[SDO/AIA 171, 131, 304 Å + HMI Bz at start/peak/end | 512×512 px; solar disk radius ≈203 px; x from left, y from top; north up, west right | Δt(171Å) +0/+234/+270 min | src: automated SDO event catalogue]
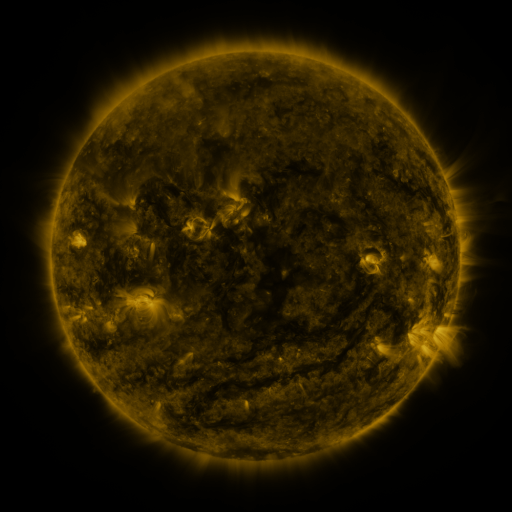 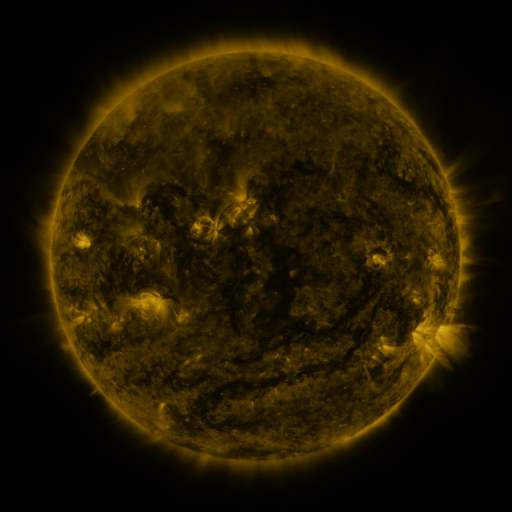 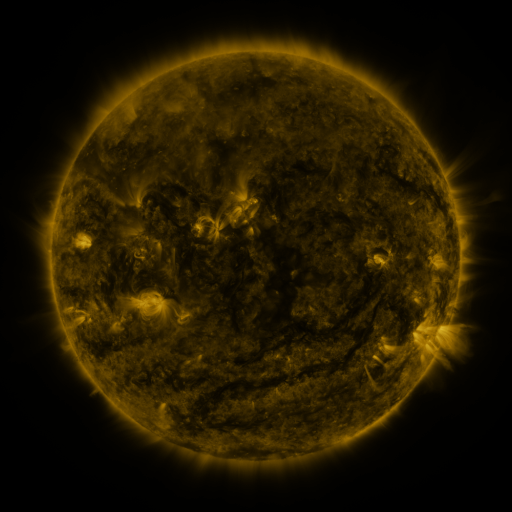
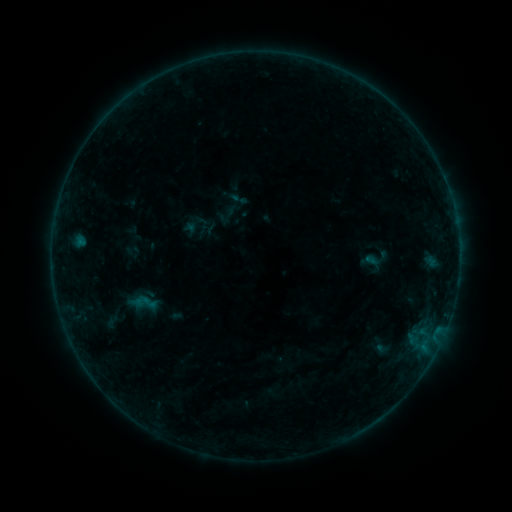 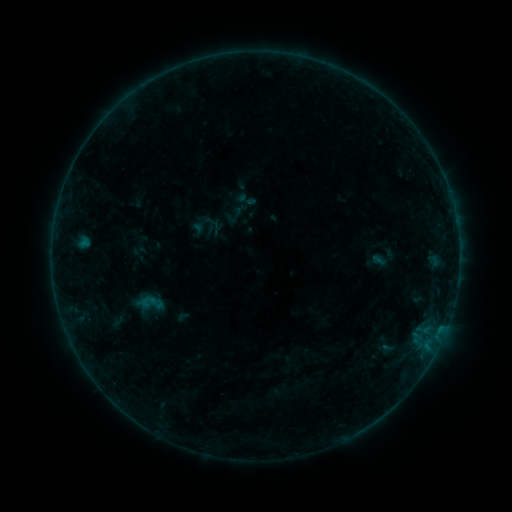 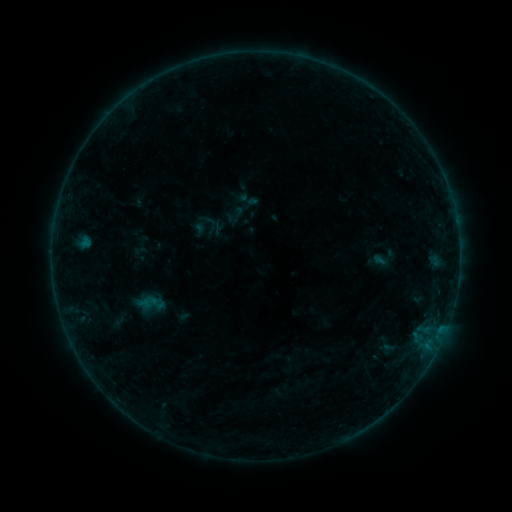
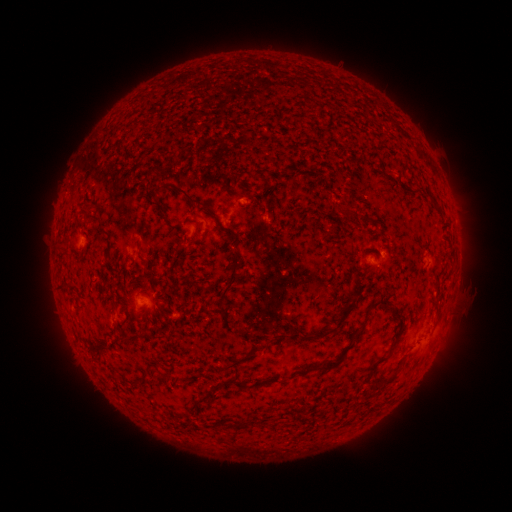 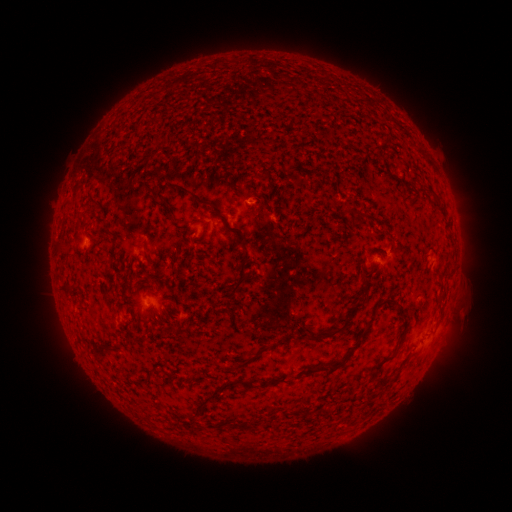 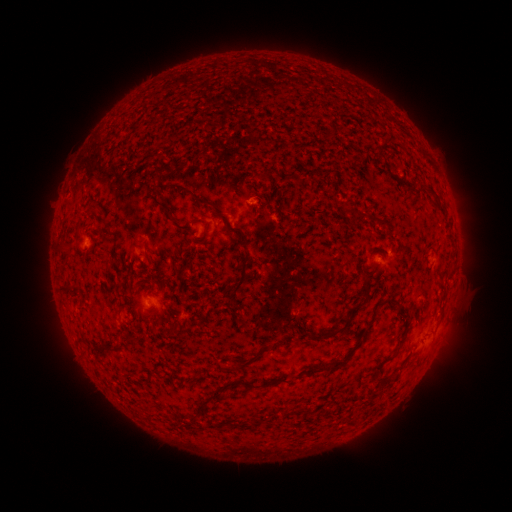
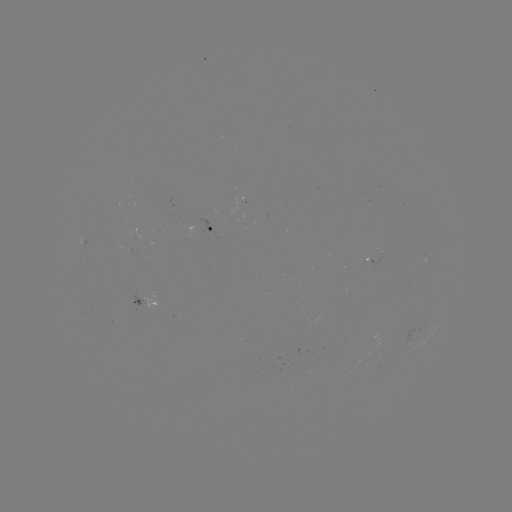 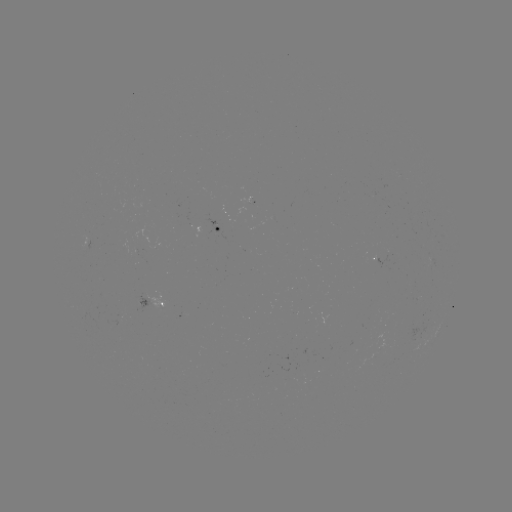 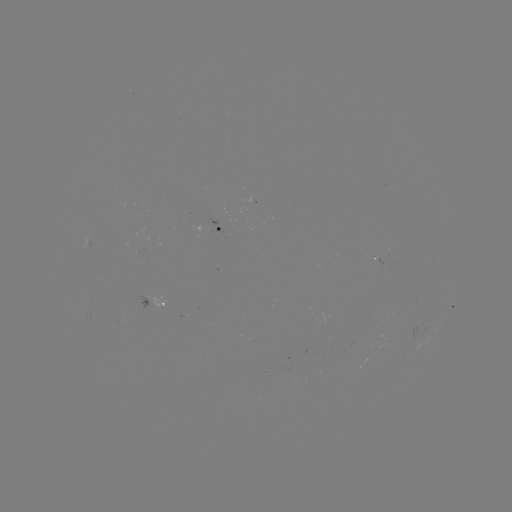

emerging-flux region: (249, 195, 254, 206)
